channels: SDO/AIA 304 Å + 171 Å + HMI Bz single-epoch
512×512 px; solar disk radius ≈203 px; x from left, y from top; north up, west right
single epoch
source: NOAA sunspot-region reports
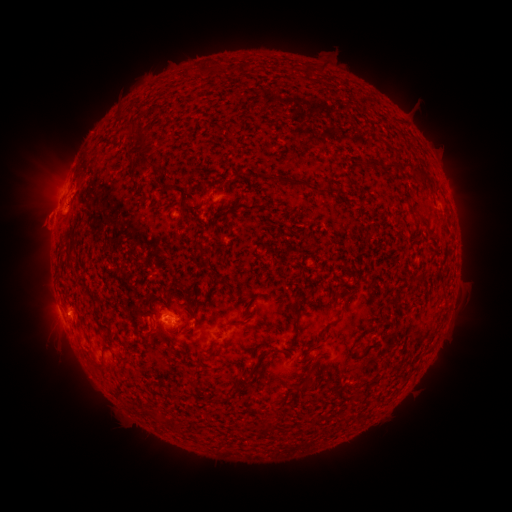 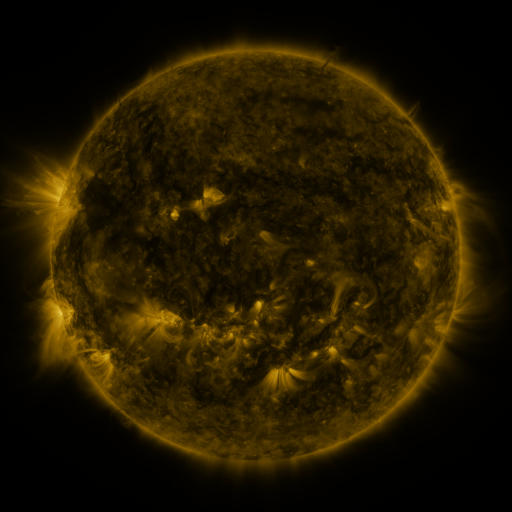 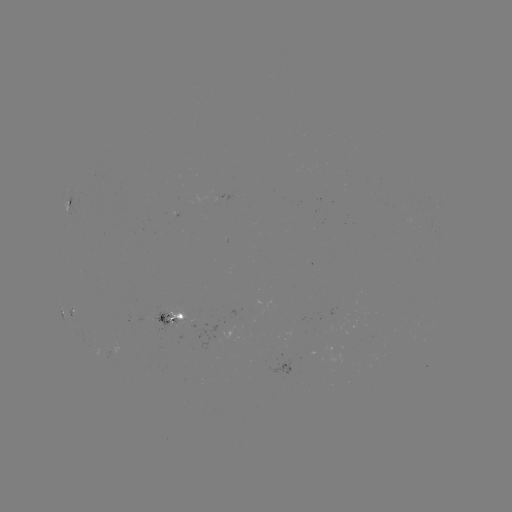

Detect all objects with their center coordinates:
spotted active region: (71, 202)
spotted active region: (173, 319)
